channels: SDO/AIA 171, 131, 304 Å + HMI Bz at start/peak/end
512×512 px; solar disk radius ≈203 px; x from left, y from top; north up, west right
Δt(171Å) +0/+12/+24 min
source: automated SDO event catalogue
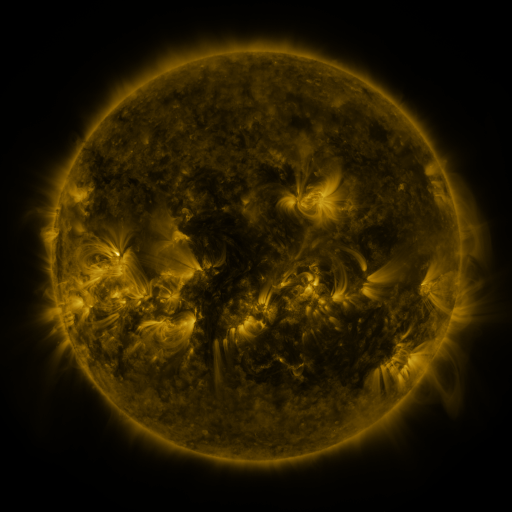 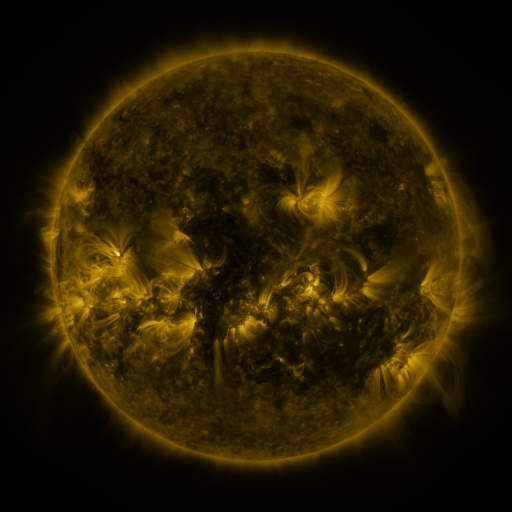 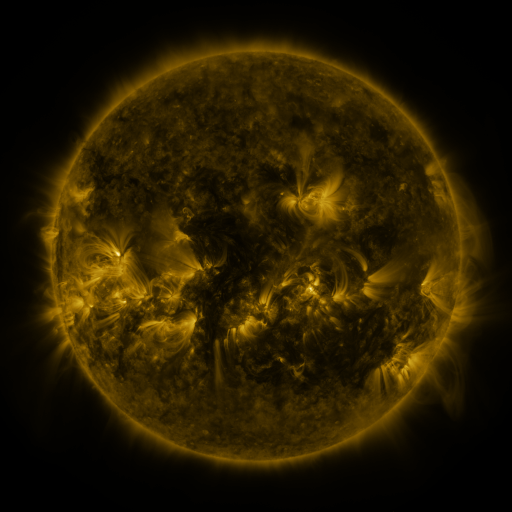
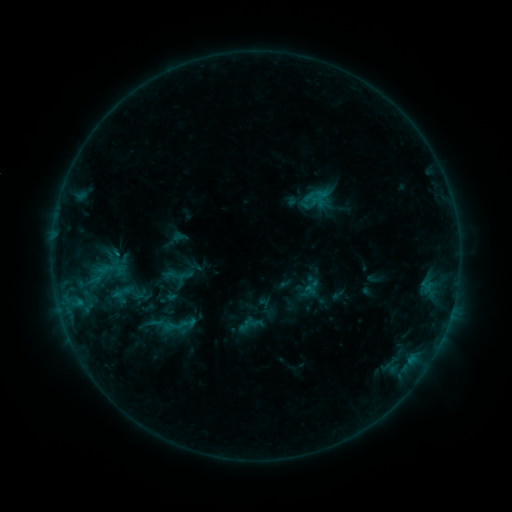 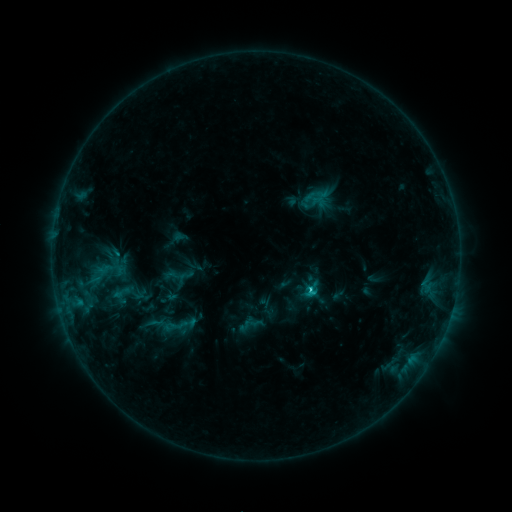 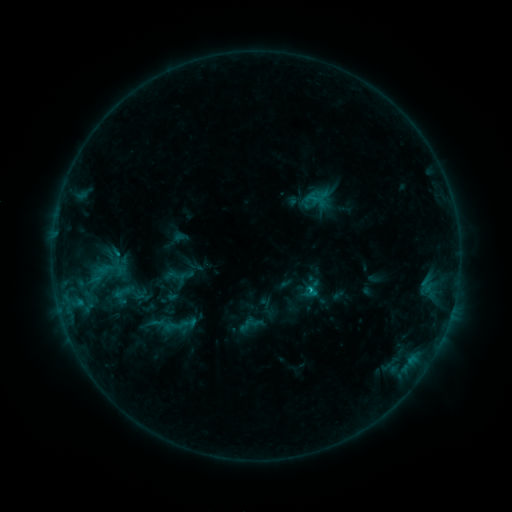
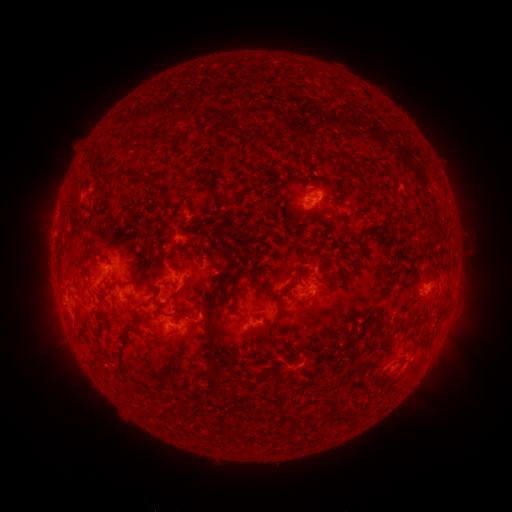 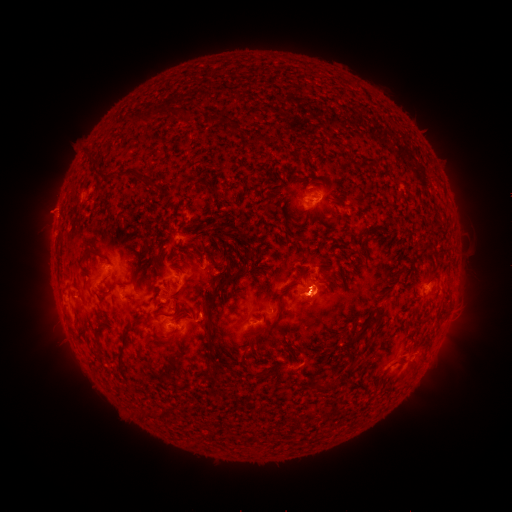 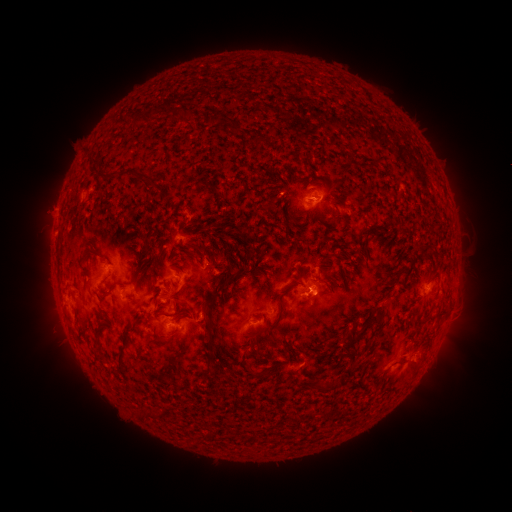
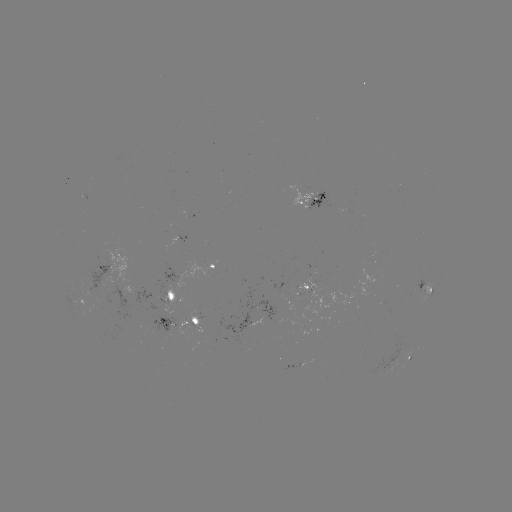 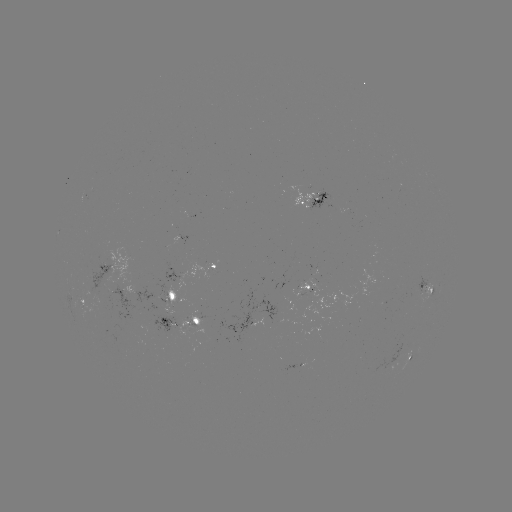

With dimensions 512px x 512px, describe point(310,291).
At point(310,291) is C1.3 flare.